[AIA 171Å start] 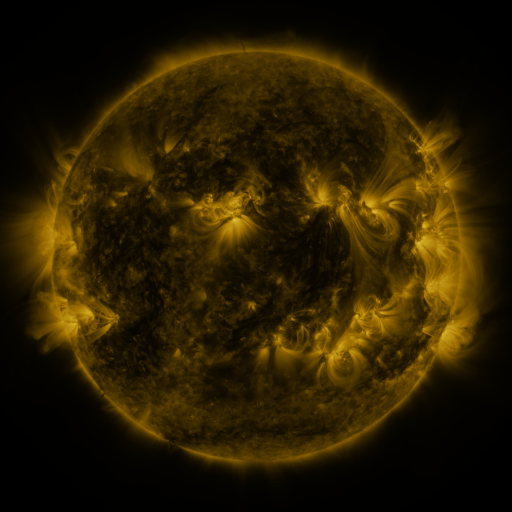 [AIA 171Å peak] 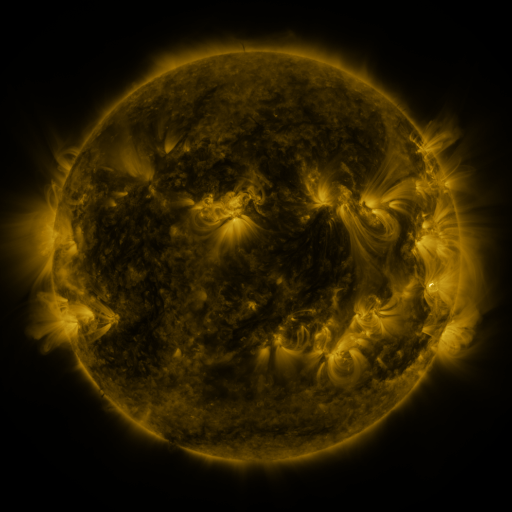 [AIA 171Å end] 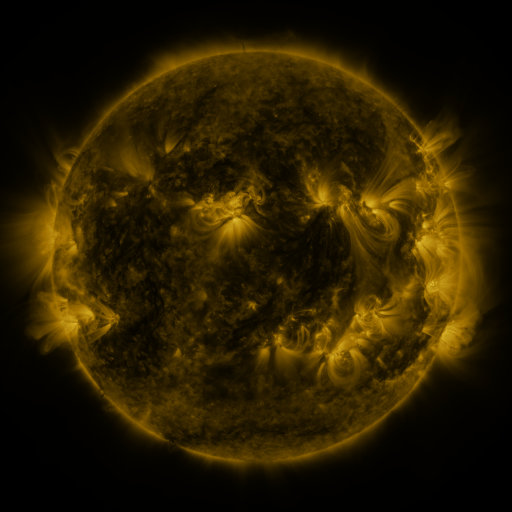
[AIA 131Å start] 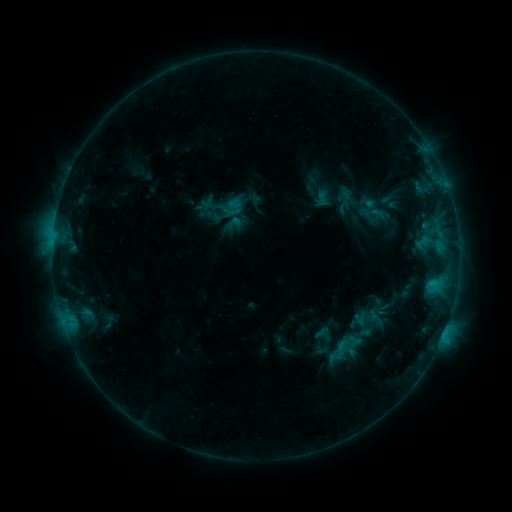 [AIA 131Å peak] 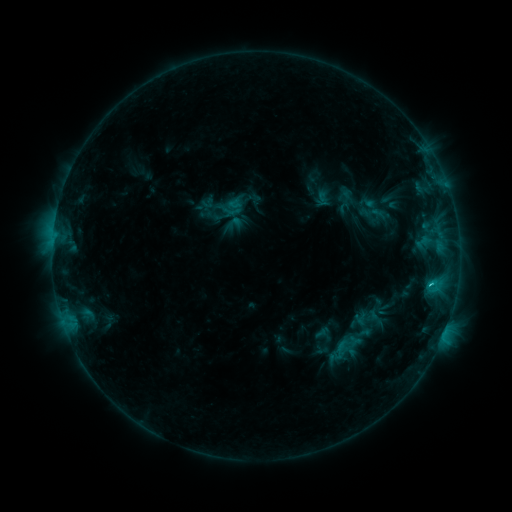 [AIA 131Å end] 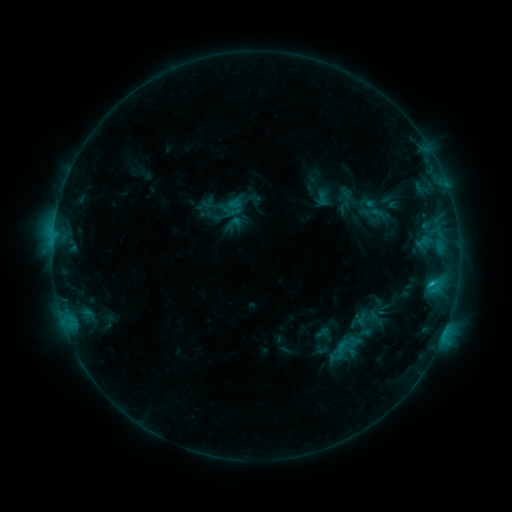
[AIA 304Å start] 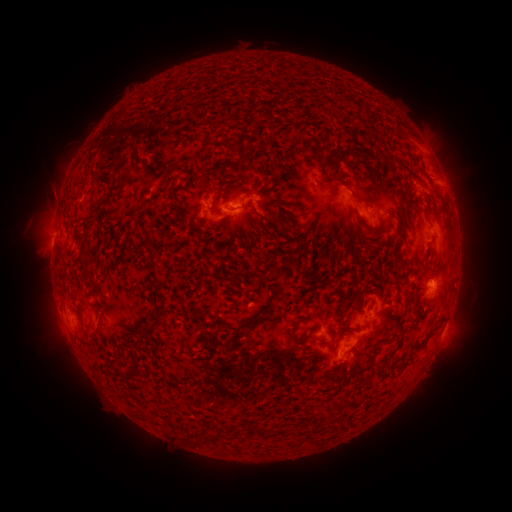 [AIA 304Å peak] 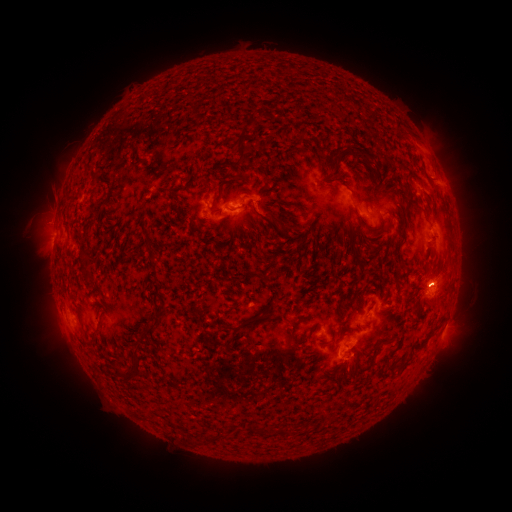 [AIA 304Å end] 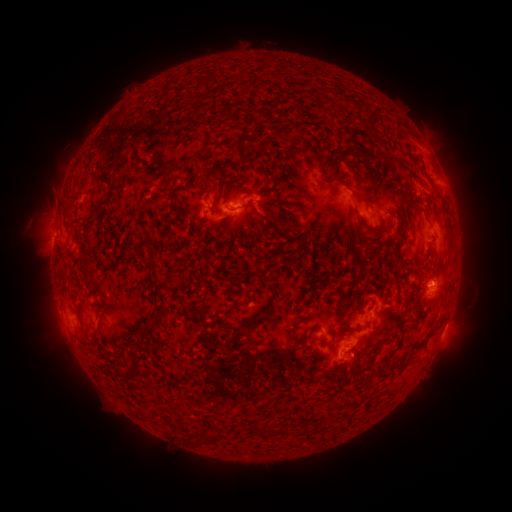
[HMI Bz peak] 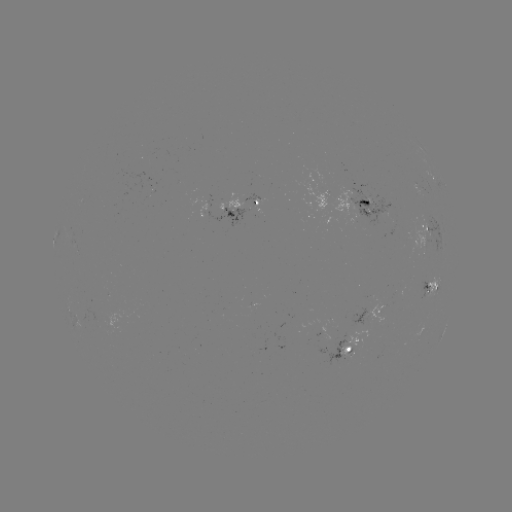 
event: flare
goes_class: C1.4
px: (431, 284)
